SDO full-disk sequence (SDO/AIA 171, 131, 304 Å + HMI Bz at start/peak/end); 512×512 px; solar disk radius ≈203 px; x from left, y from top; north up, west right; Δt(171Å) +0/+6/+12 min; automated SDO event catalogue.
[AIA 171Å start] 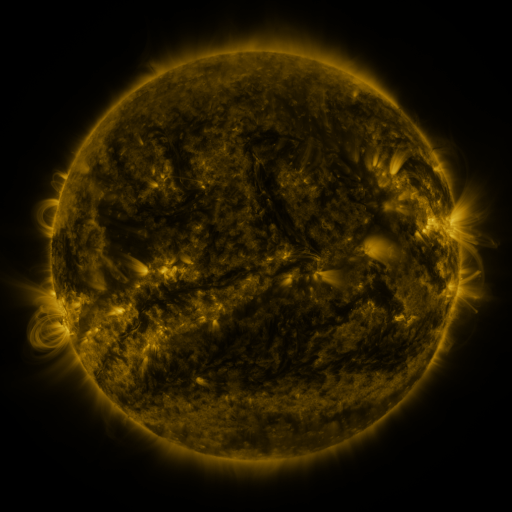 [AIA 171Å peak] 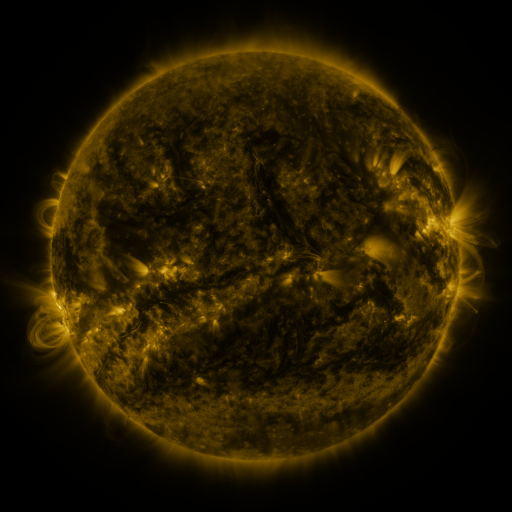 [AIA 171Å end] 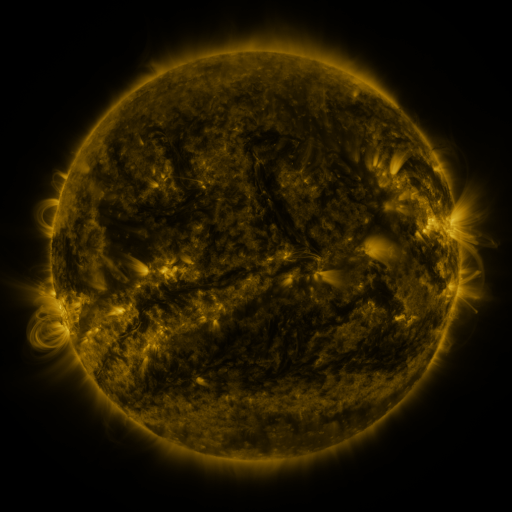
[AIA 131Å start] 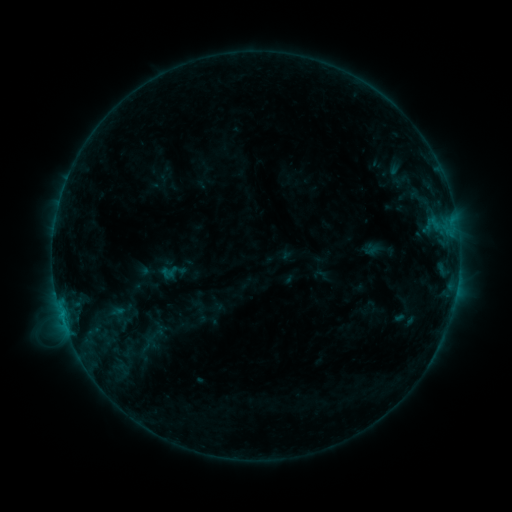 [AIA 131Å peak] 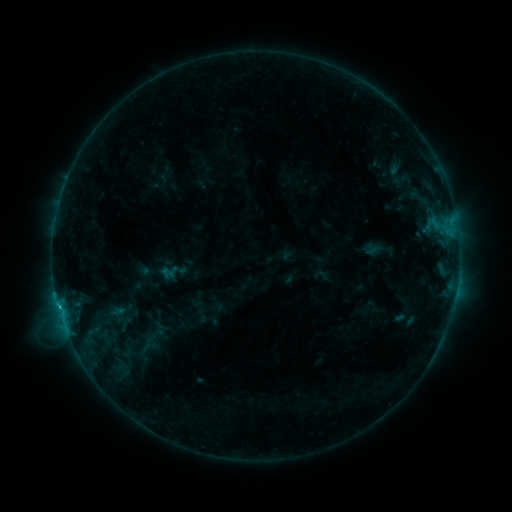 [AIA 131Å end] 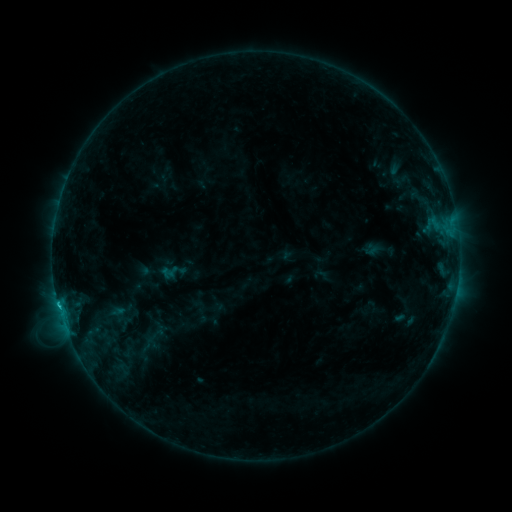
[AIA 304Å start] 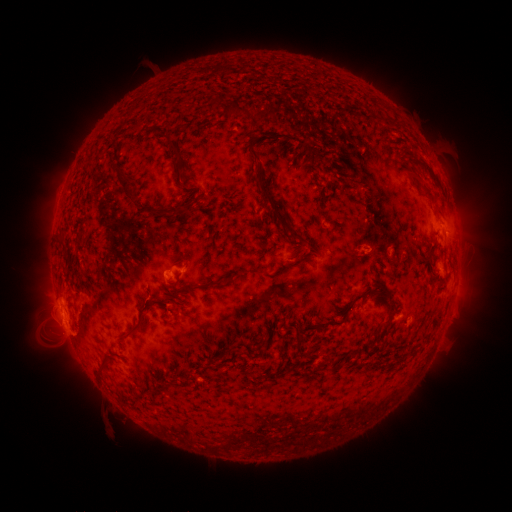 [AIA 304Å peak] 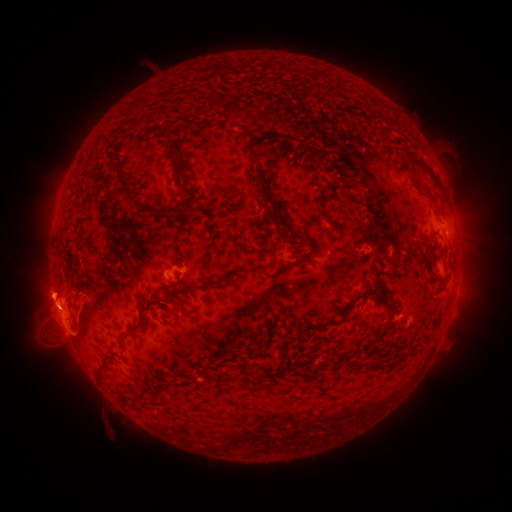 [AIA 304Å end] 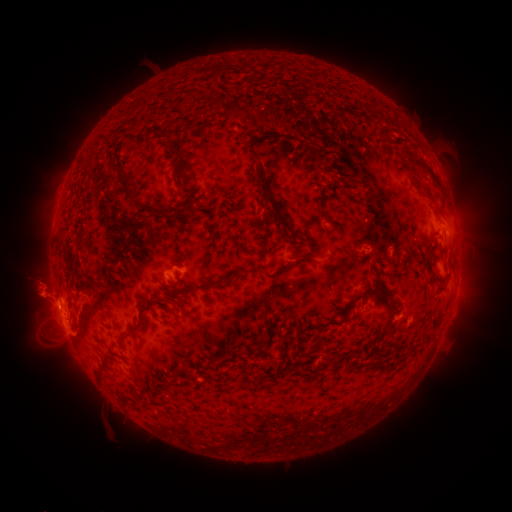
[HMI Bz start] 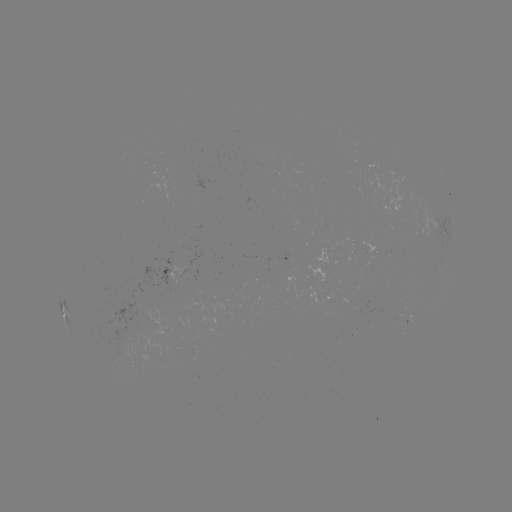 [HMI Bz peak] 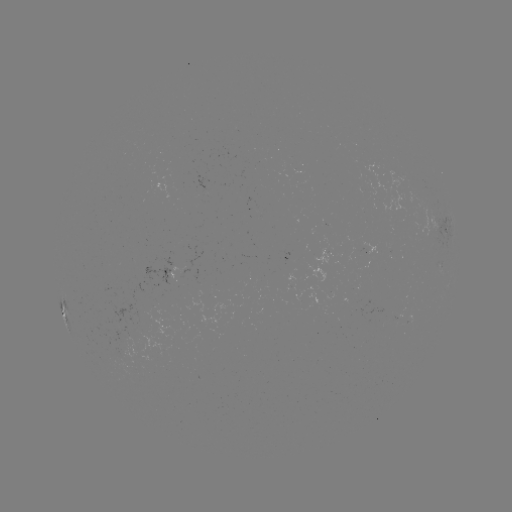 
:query eruption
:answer [51, 297]